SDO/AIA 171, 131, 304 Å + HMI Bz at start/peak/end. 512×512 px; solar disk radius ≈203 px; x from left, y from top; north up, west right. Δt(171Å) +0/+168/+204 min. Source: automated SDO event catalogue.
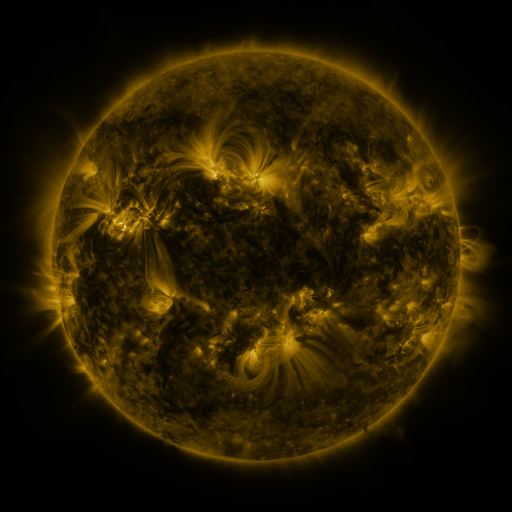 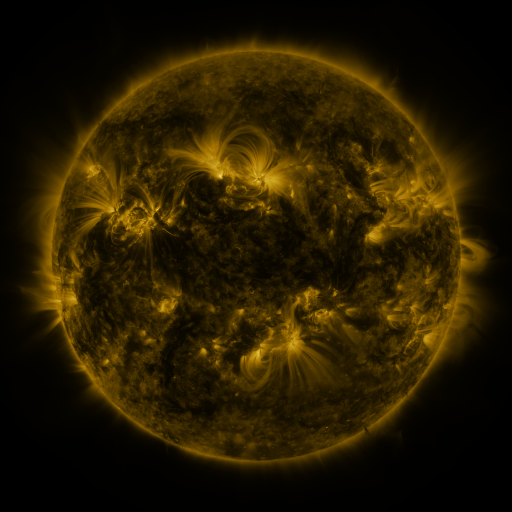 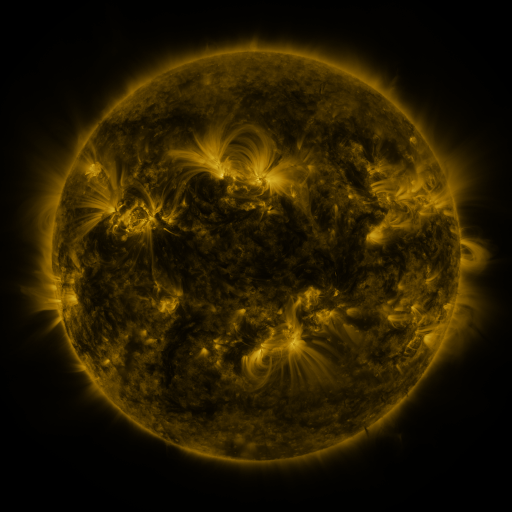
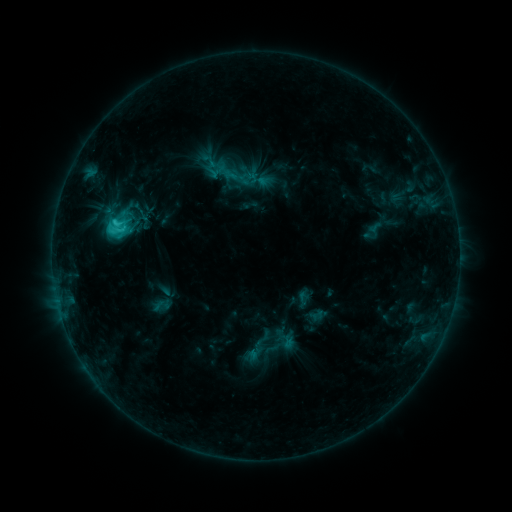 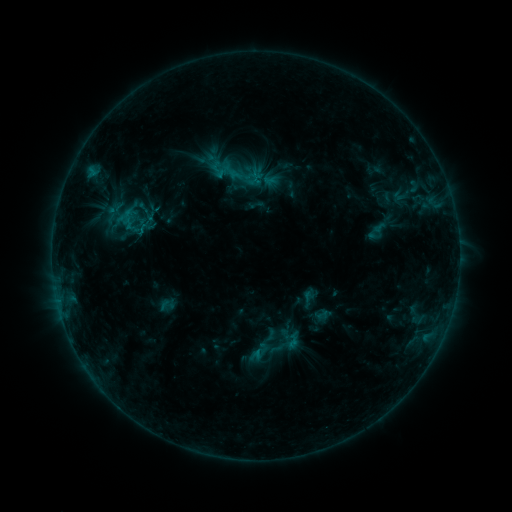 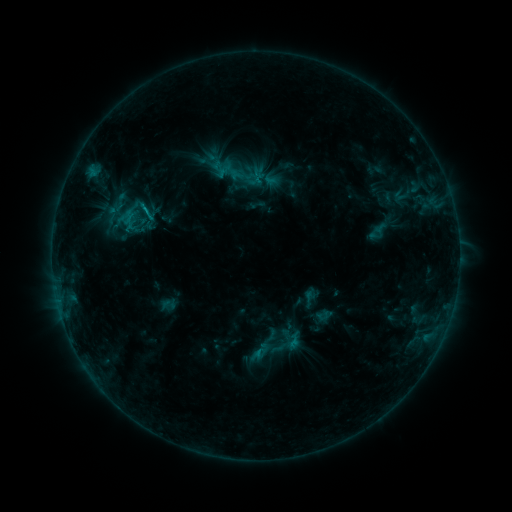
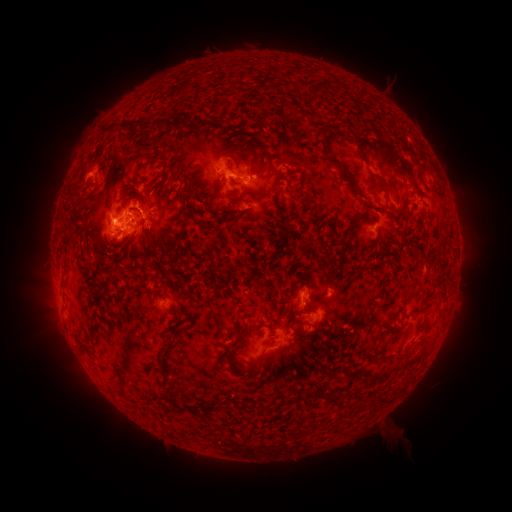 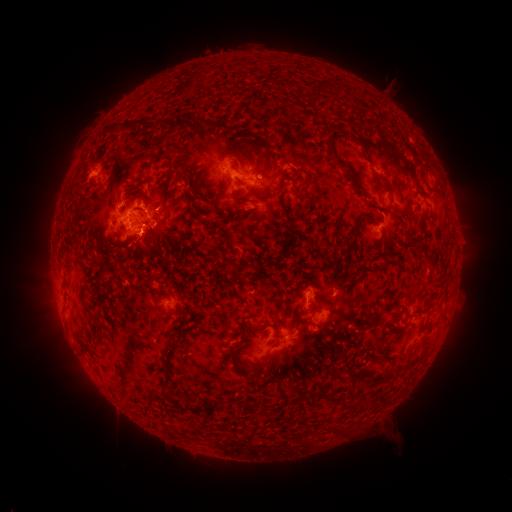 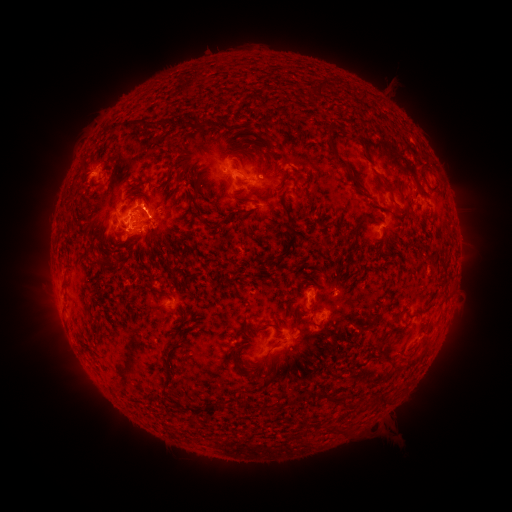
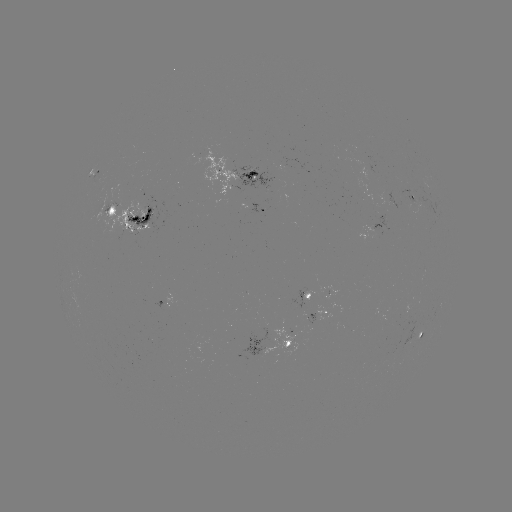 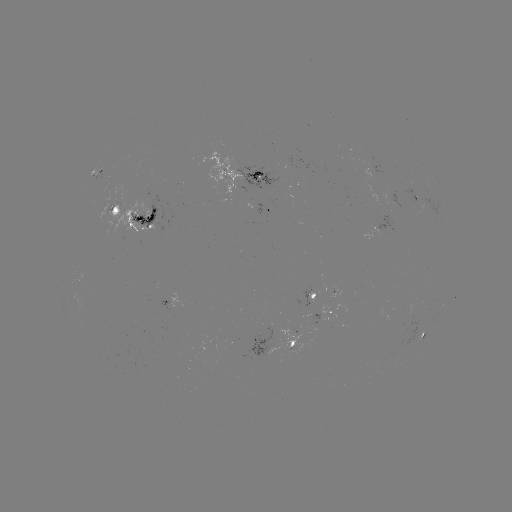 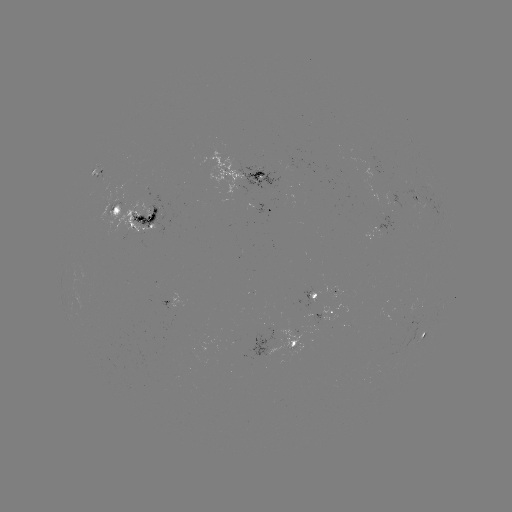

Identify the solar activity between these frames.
emerging-flux region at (289, 346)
